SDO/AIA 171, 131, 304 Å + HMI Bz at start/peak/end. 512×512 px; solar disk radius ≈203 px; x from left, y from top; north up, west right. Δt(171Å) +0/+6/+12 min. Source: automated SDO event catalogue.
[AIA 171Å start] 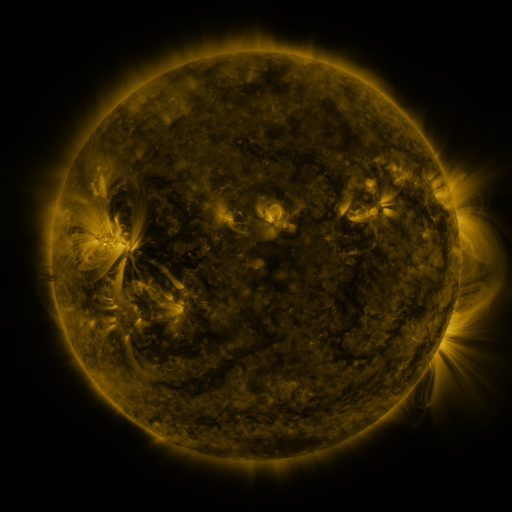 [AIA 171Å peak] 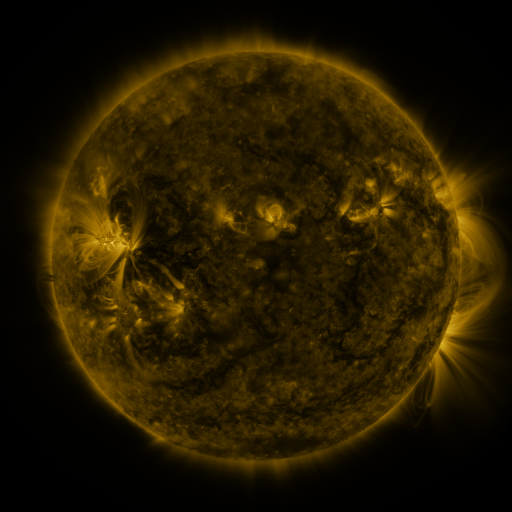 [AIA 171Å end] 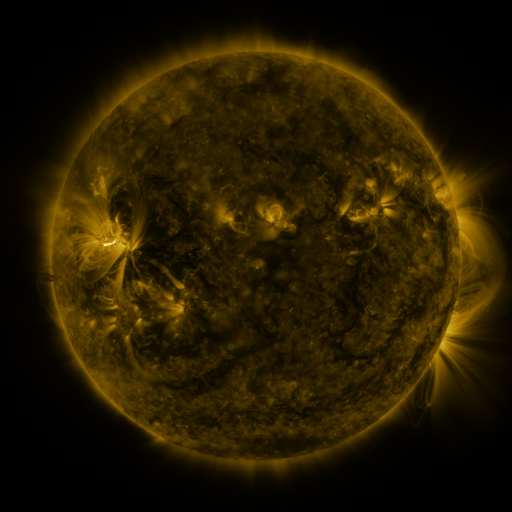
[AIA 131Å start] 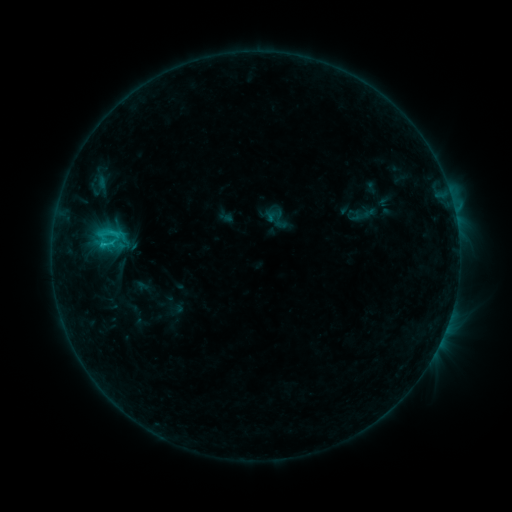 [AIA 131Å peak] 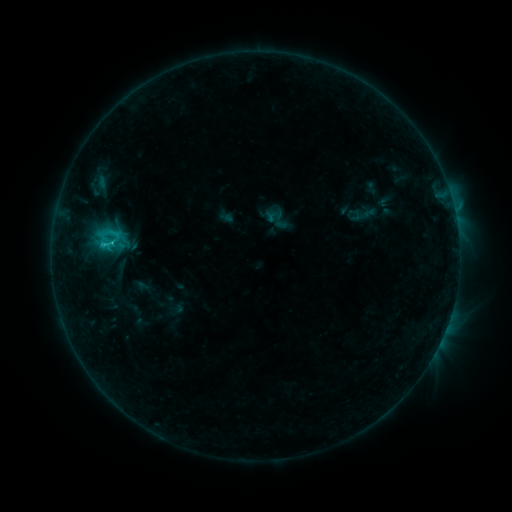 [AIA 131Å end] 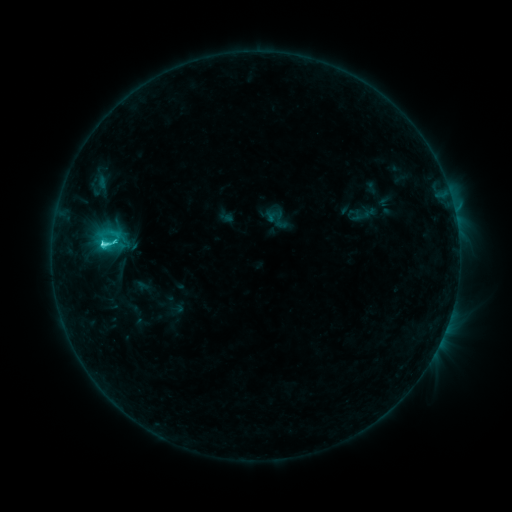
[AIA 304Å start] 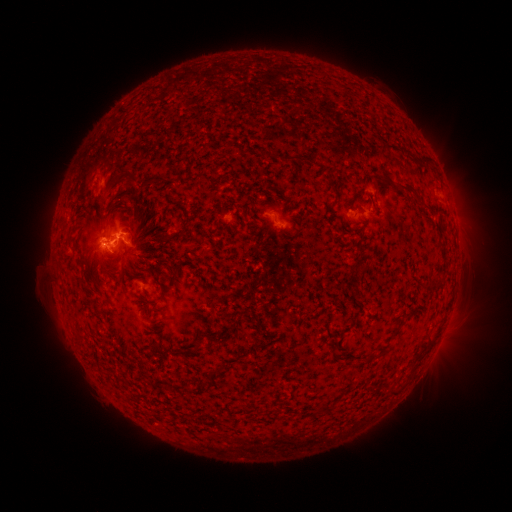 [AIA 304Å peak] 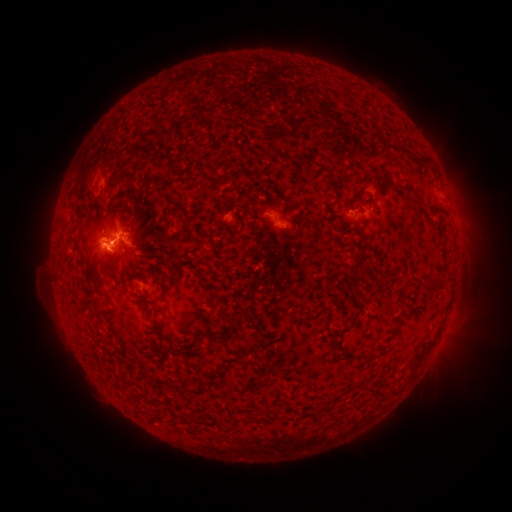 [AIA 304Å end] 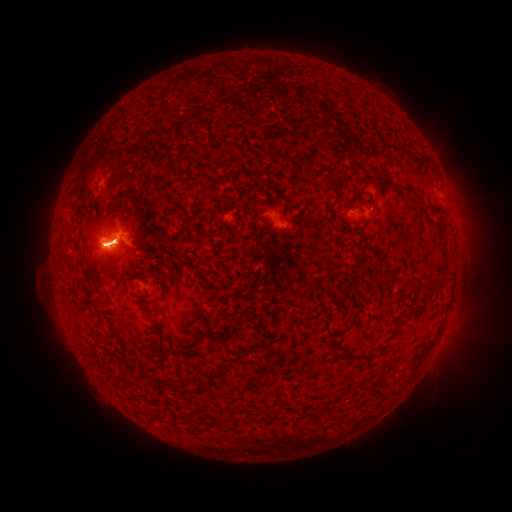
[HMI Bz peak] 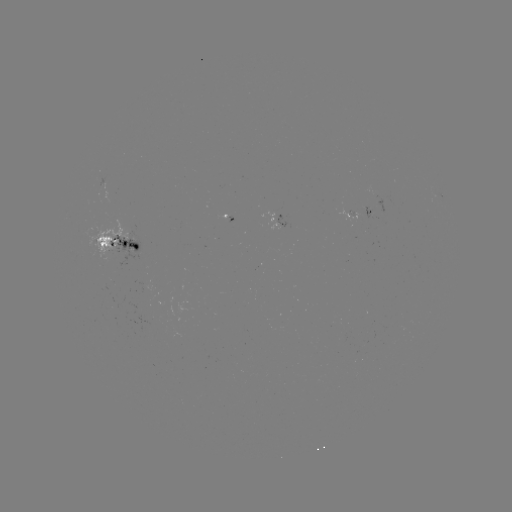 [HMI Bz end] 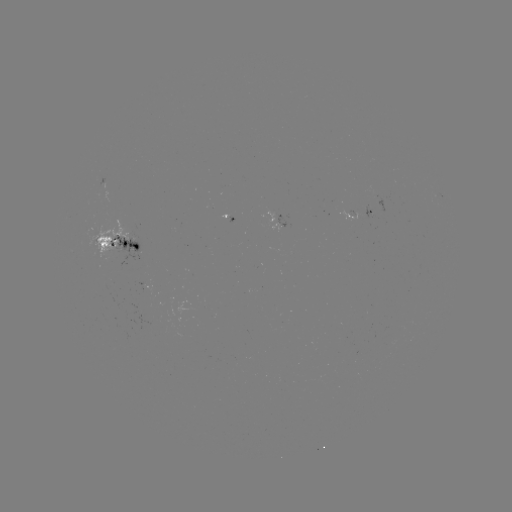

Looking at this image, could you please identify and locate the C6.2 flare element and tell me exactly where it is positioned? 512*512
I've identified C6.2 flare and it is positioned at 105,245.